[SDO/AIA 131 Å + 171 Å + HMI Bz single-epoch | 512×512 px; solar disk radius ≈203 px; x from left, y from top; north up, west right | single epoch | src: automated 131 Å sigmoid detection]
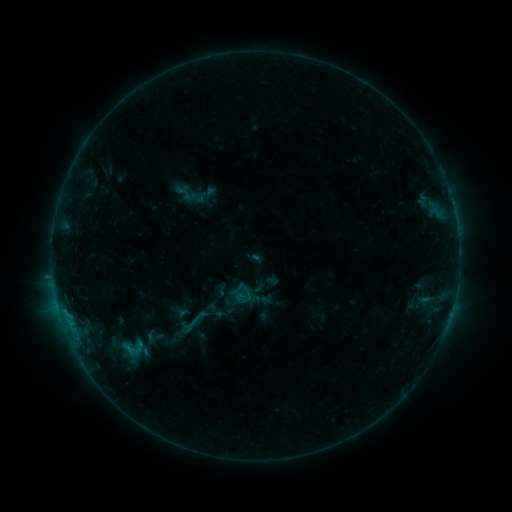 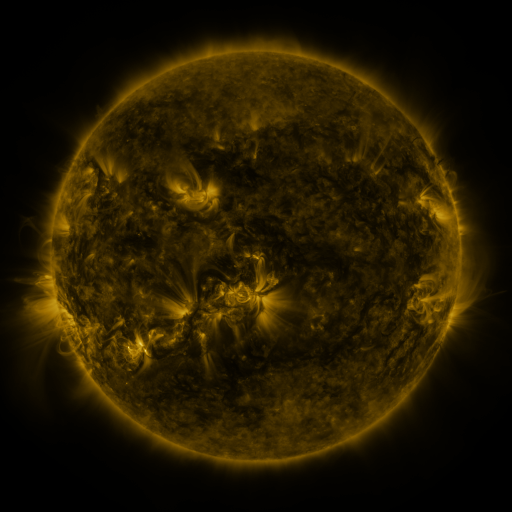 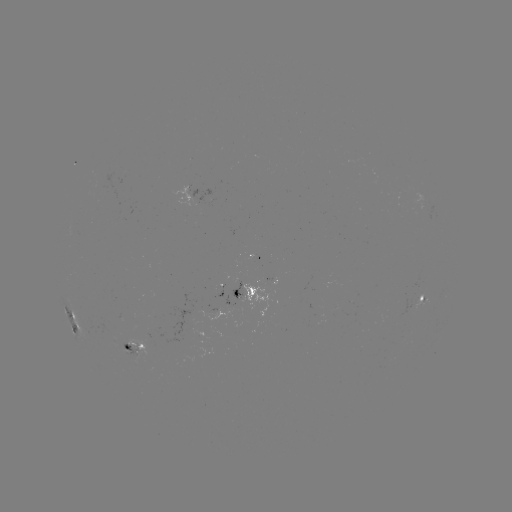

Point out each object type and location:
sigmoid: (192, 323)
sigmoid: (129, 348)
